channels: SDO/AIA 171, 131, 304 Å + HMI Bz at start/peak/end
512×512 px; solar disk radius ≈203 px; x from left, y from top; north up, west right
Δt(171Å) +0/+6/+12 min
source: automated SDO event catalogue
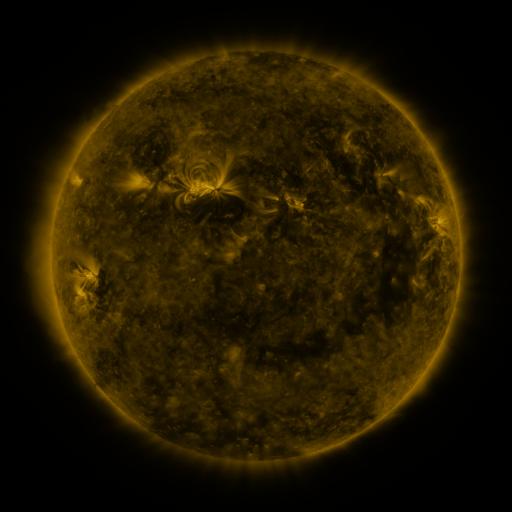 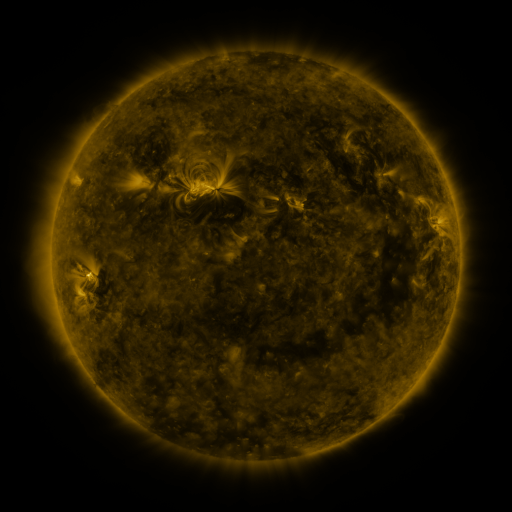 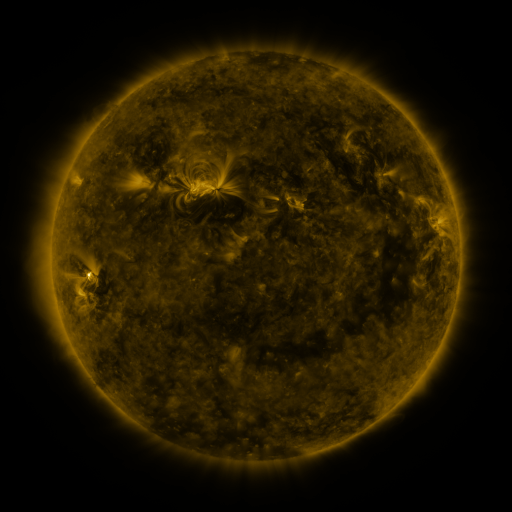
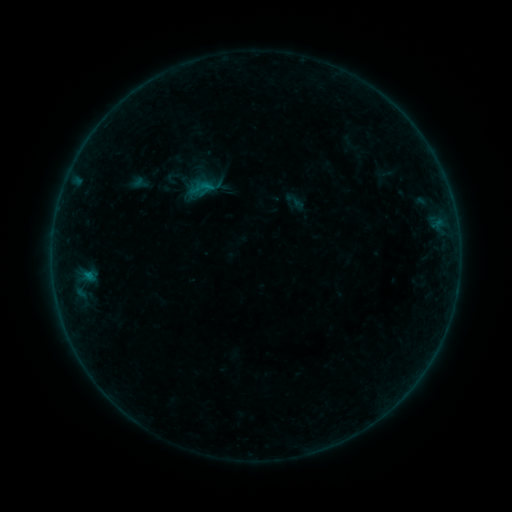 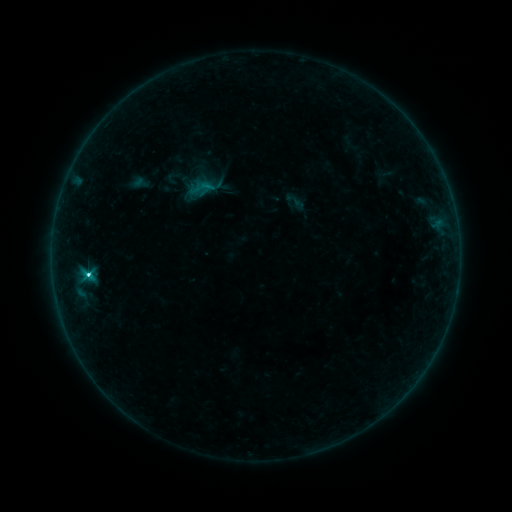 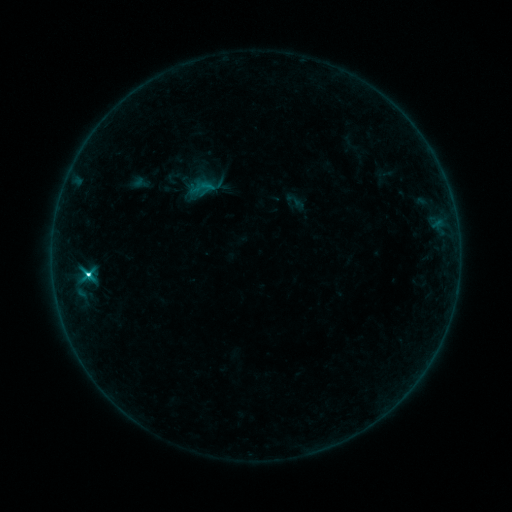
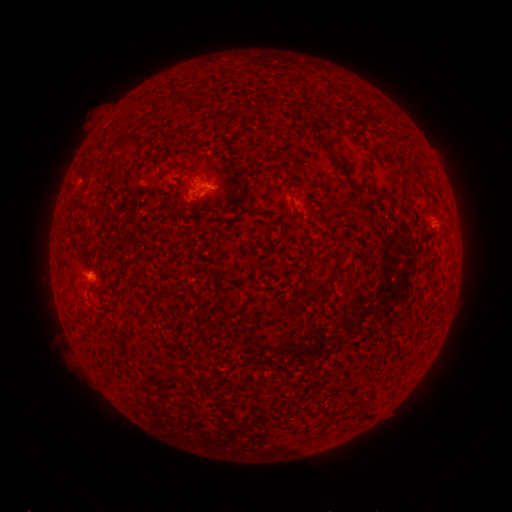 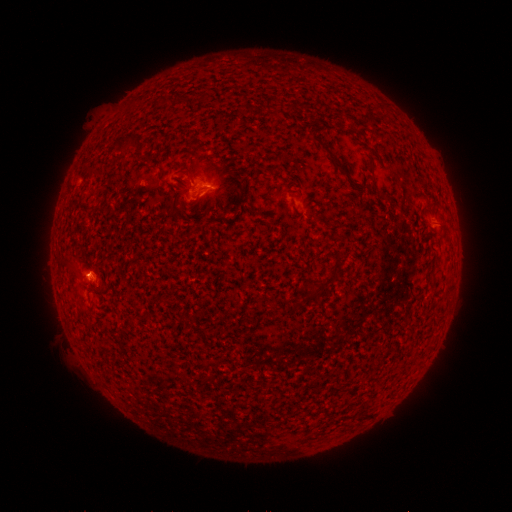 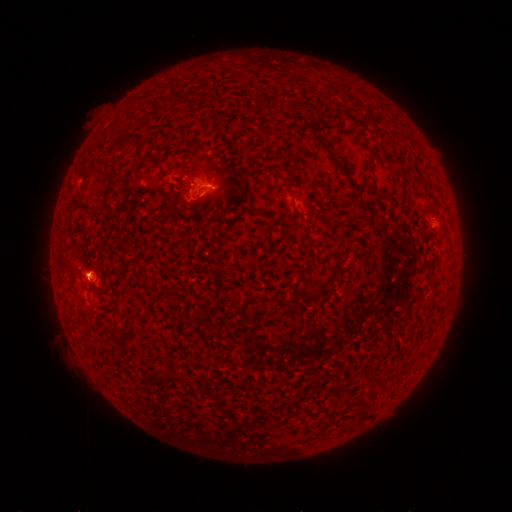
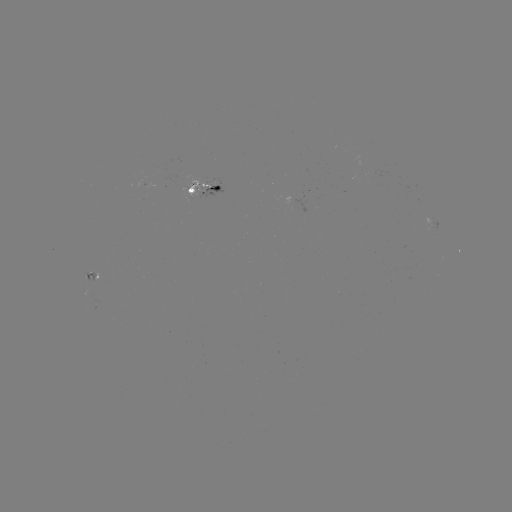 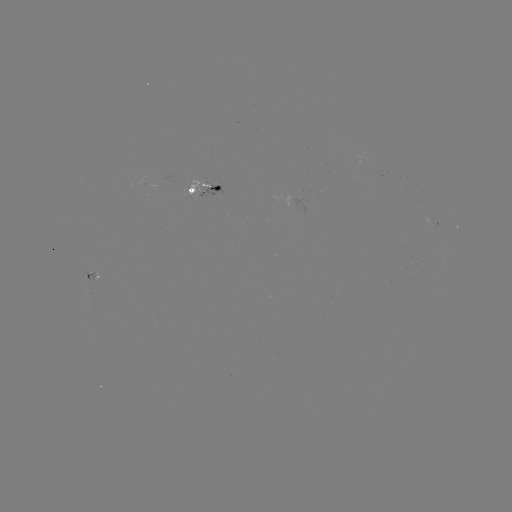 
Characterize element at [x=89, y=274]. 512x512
C3.2 flare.